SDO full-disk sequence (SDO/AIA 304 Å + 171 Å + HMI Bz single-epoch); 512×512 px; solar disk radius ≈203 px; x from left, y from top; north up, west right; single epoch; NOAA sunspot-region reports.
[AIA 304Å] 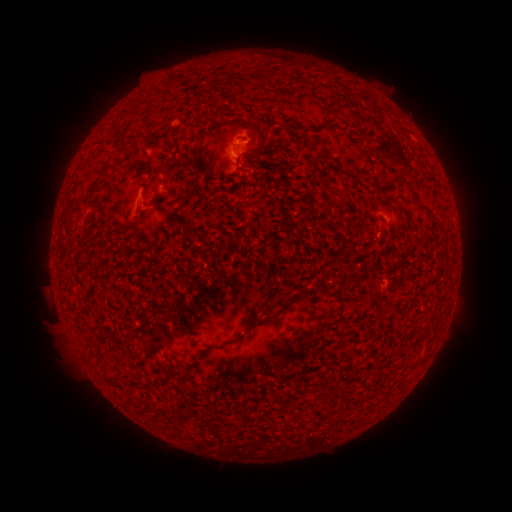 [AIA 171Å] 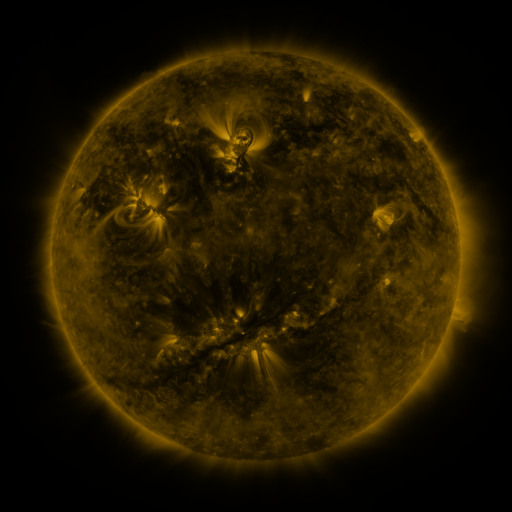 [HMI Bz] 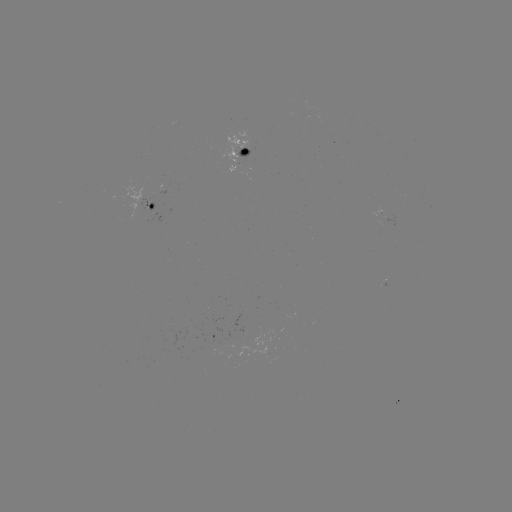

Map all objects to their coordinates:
spotted active region: (246, 150)
spotted active region: (154, 203)
